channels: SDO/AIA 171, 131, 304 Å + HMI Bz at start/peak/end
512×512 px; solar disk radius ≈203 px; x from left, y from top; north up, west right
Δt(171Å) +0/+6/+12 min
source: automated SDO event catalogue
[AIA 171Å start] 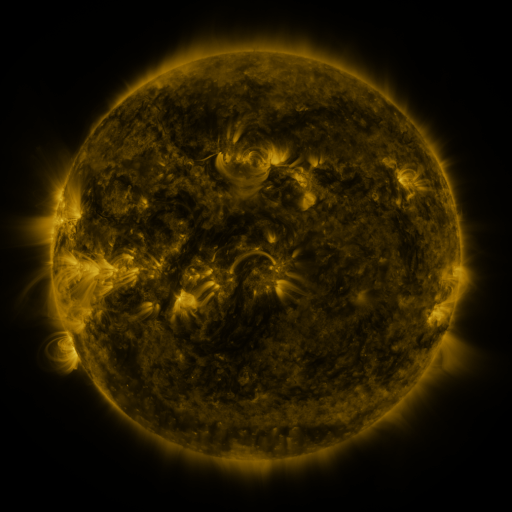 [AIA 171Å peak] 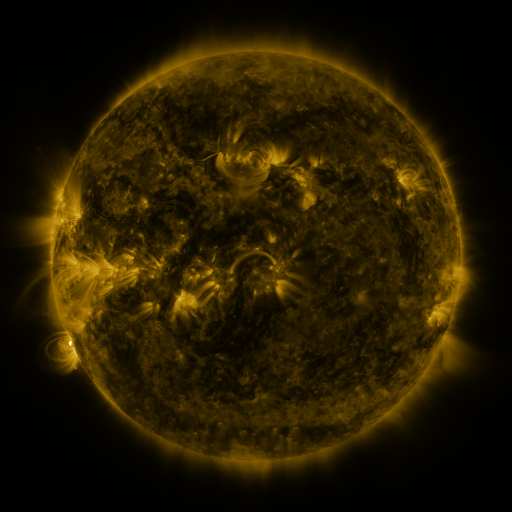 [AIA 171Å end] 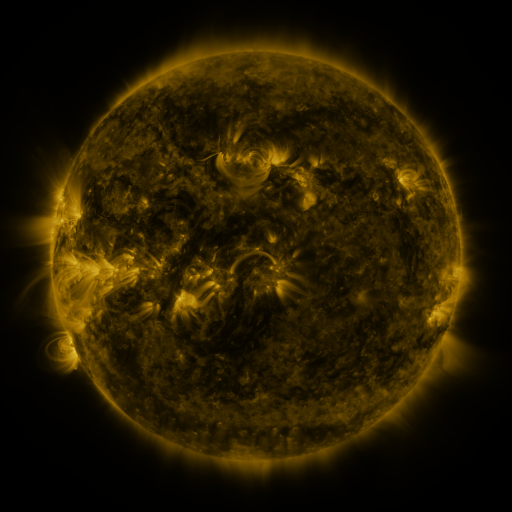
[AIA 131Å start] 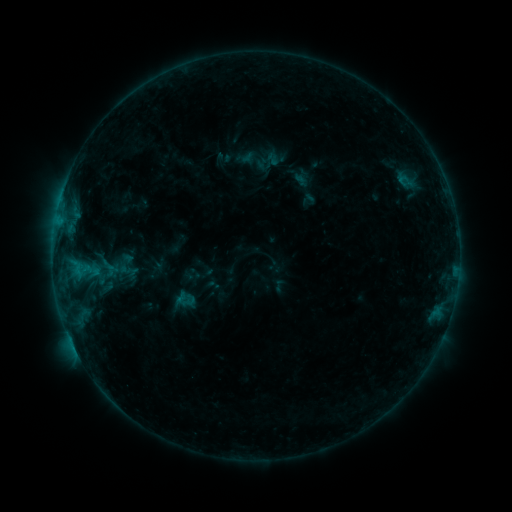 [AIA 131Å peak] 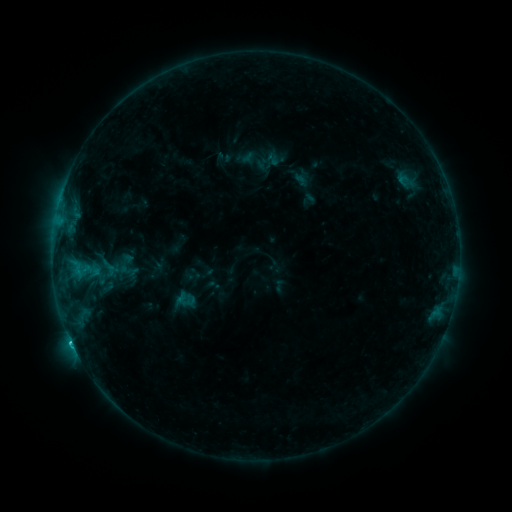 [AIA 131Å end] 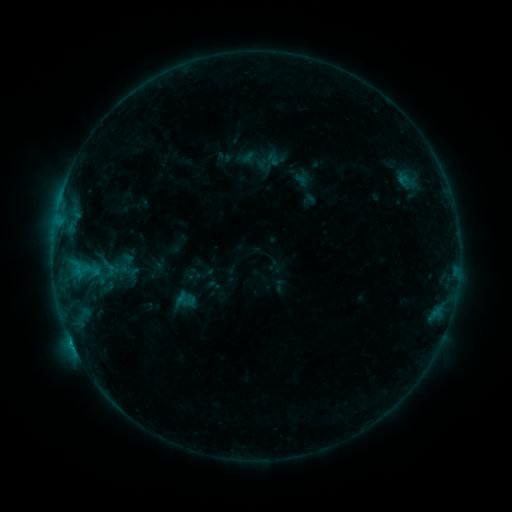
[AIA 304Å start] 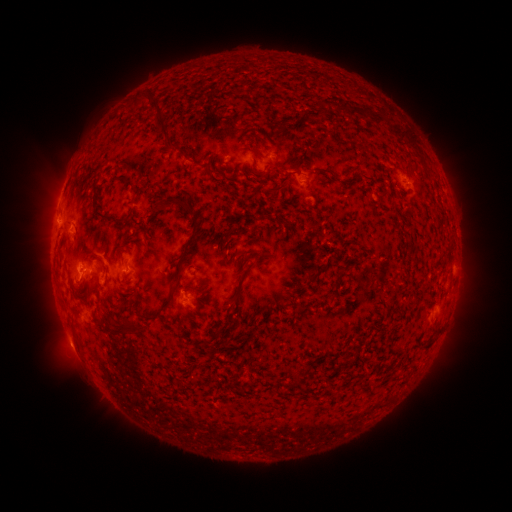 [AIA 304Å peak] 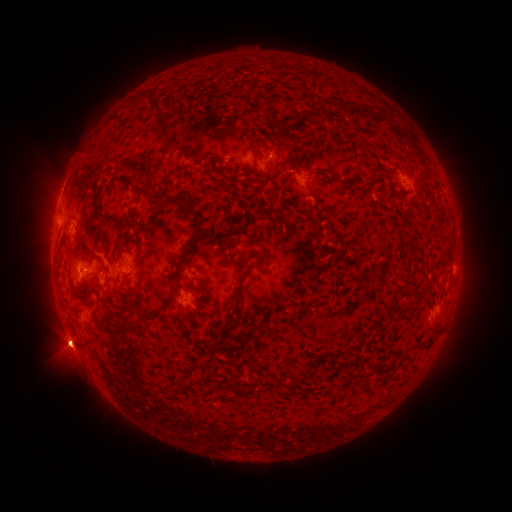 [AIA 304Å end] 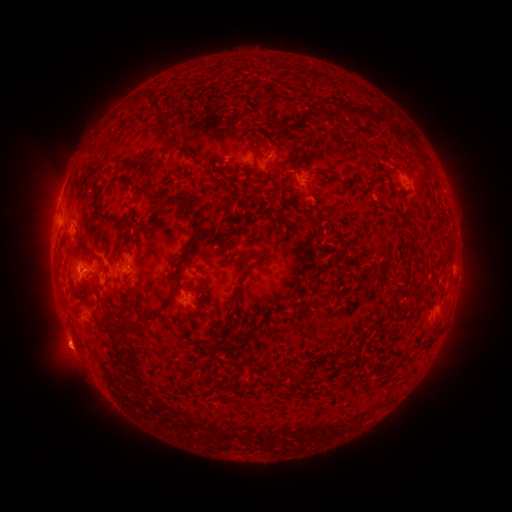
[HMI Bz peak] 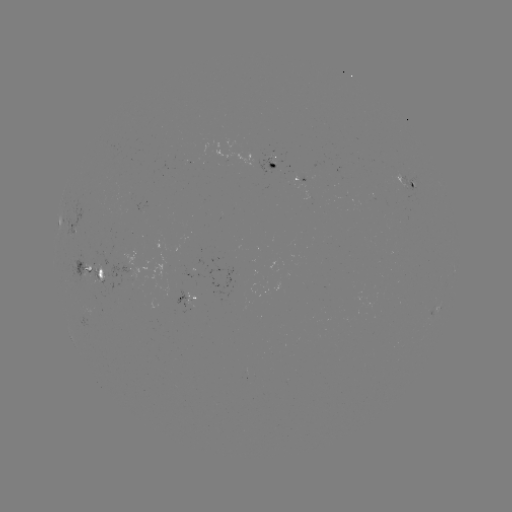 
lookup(B8.8 flare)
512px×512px [71, 340]